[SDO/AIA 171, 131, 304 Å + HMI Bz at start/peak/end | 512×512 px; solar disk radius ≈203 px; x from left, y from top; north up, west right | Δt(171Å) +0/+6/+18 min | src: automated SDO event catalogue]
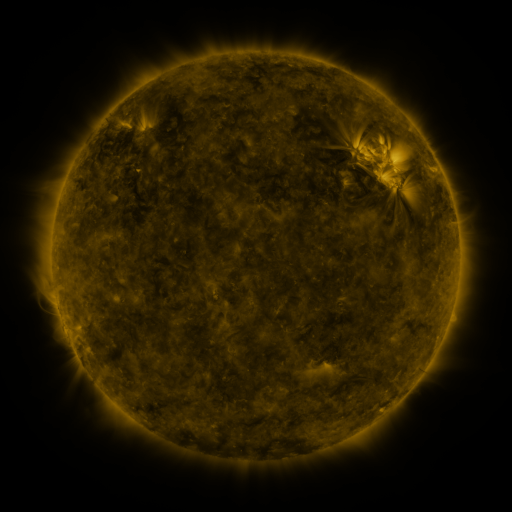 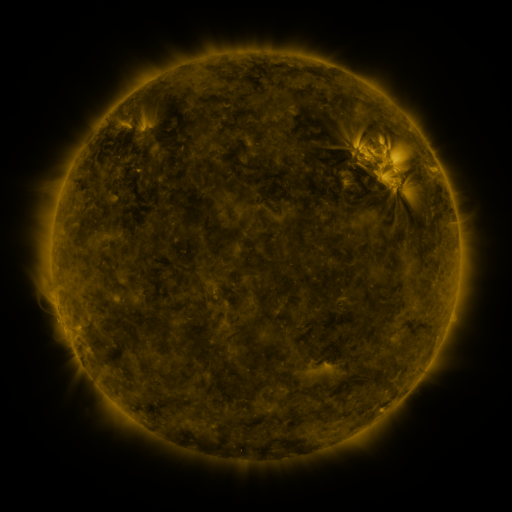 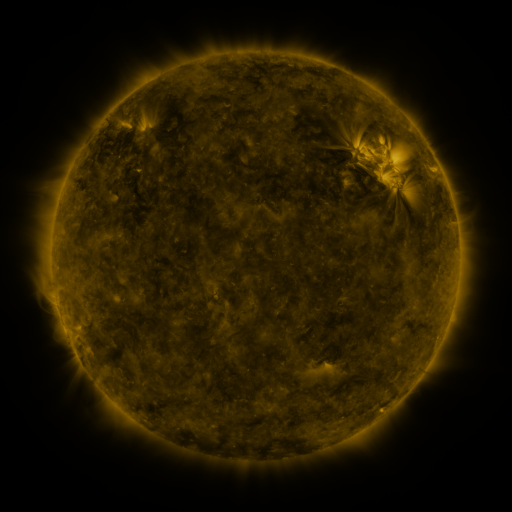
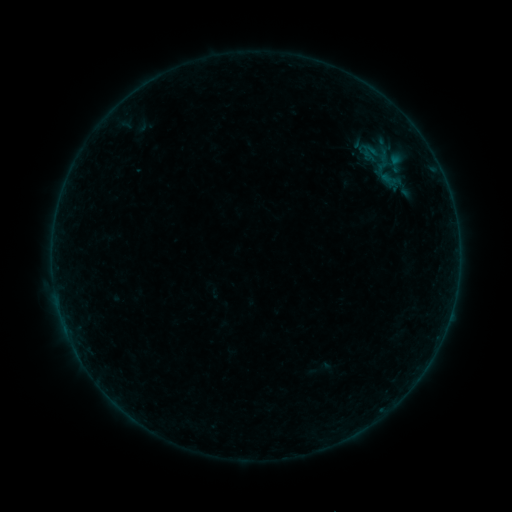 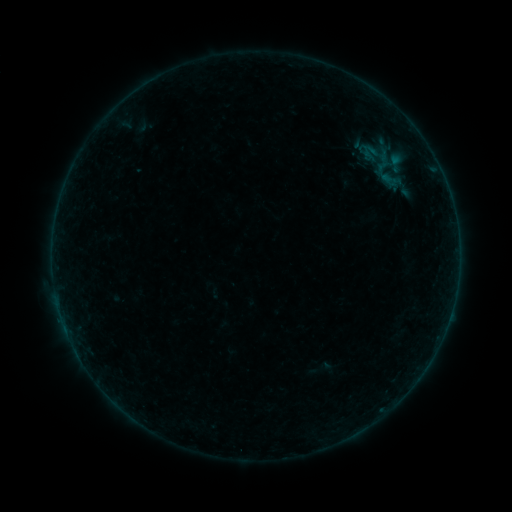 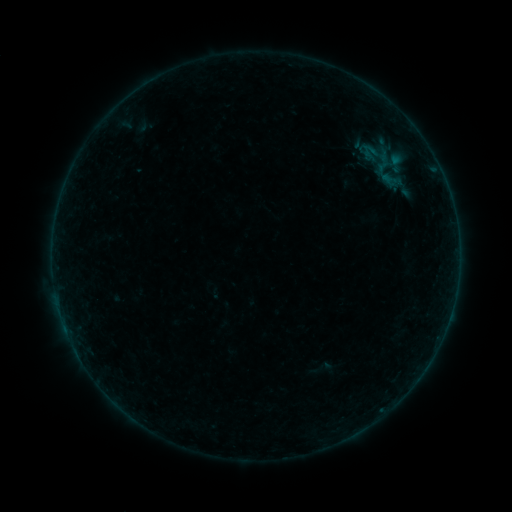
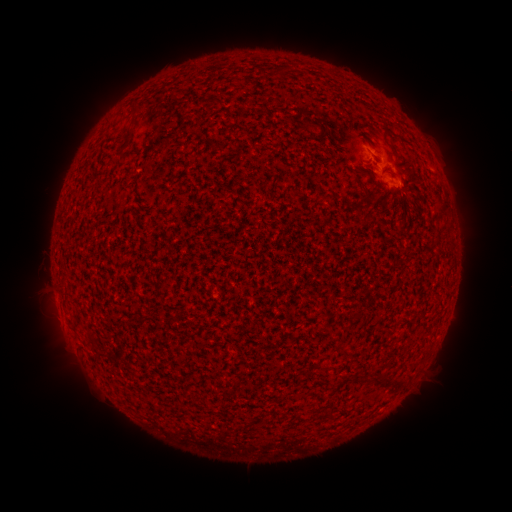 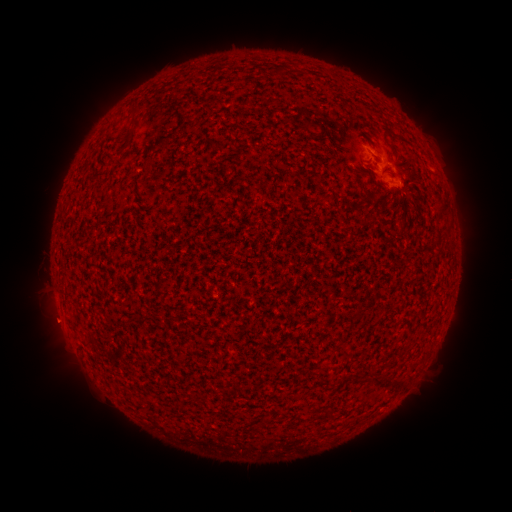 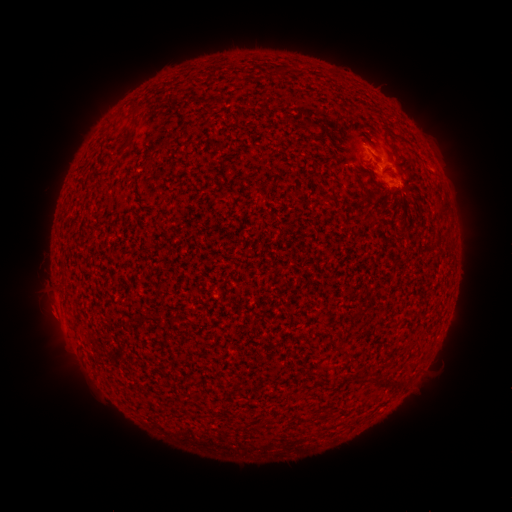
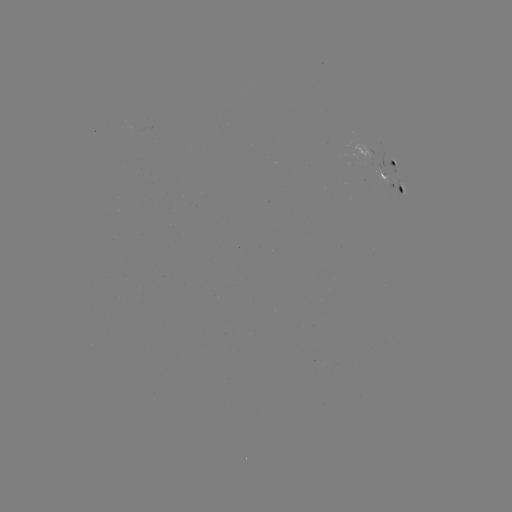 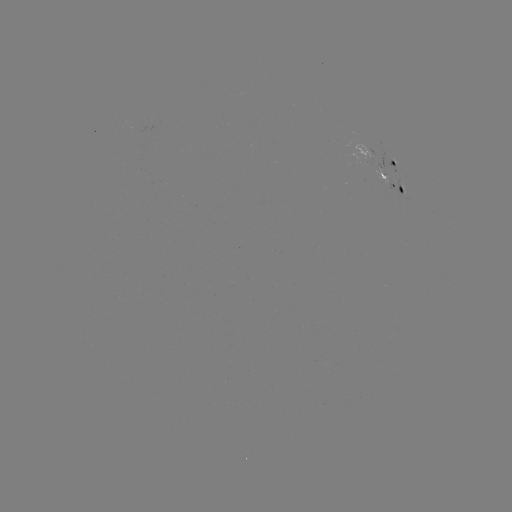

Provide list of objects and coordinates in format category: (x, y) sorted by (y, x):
eruption: (52, 322)
